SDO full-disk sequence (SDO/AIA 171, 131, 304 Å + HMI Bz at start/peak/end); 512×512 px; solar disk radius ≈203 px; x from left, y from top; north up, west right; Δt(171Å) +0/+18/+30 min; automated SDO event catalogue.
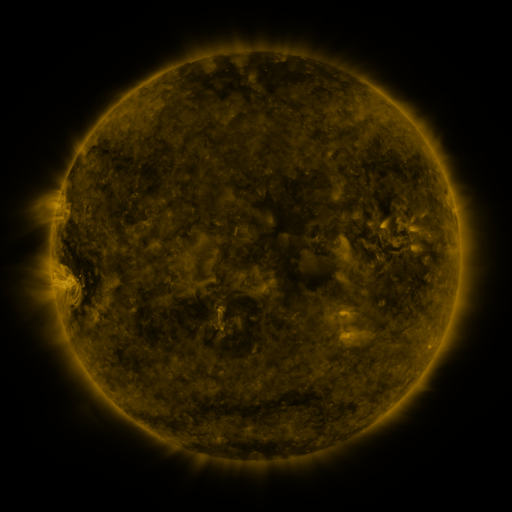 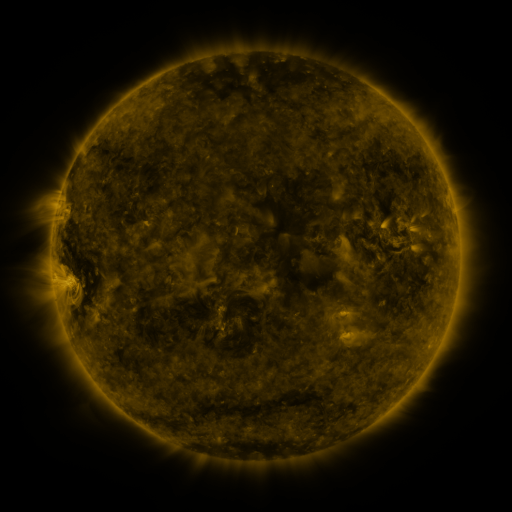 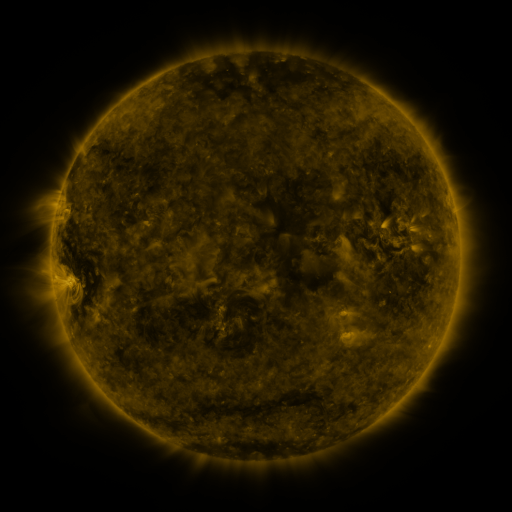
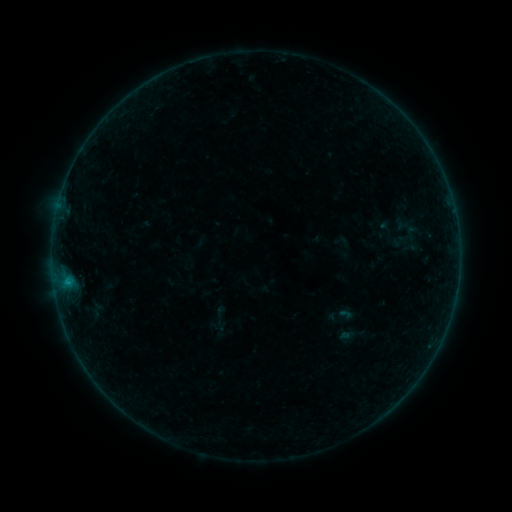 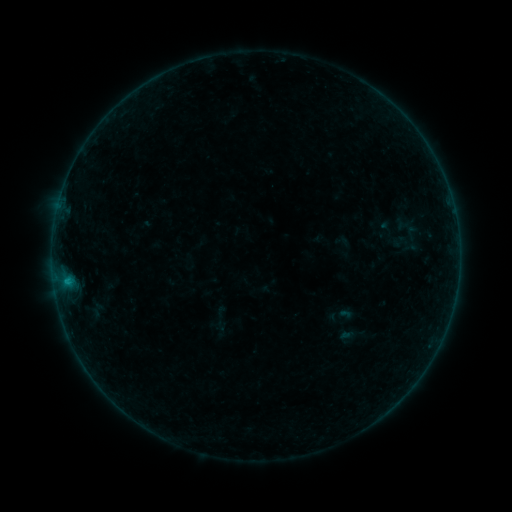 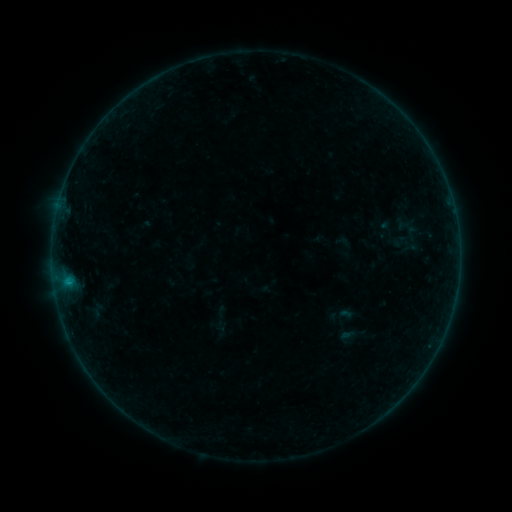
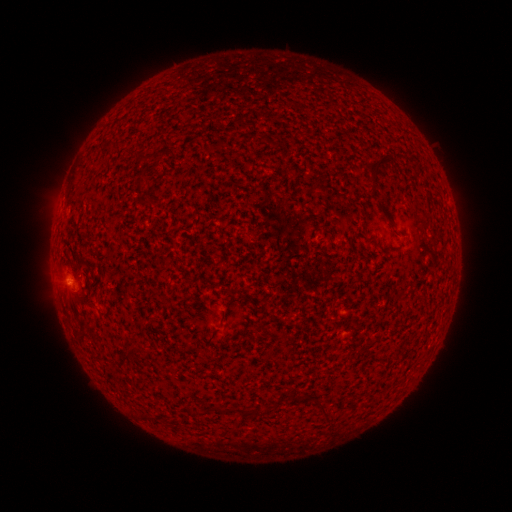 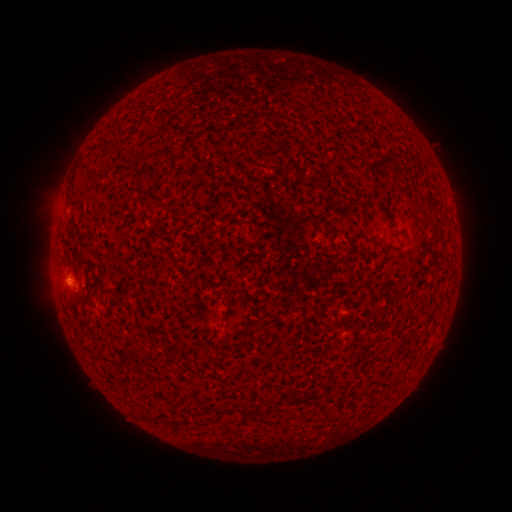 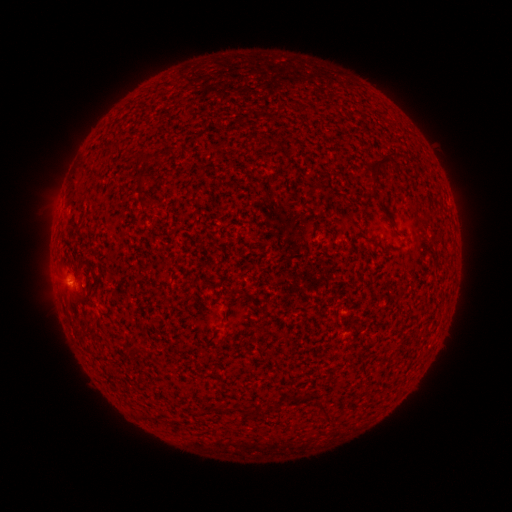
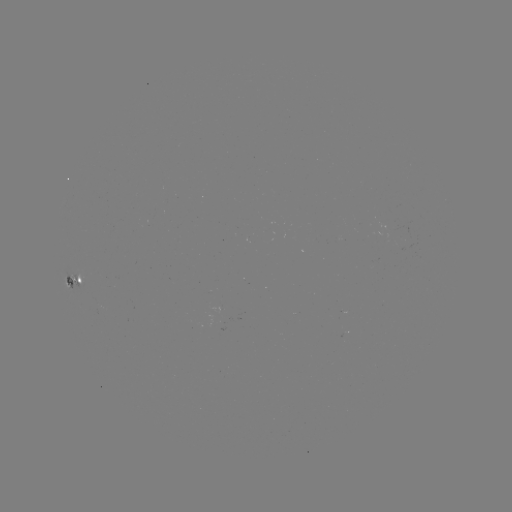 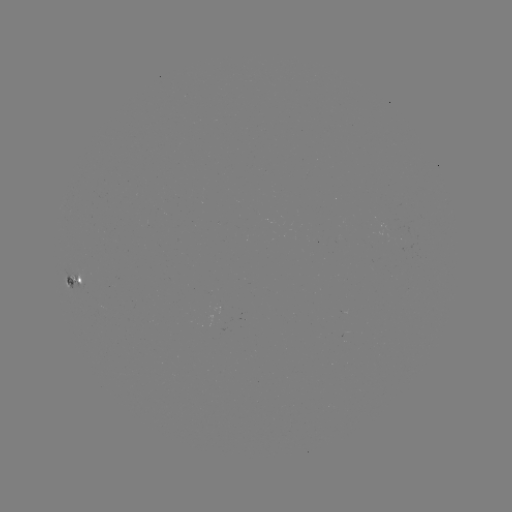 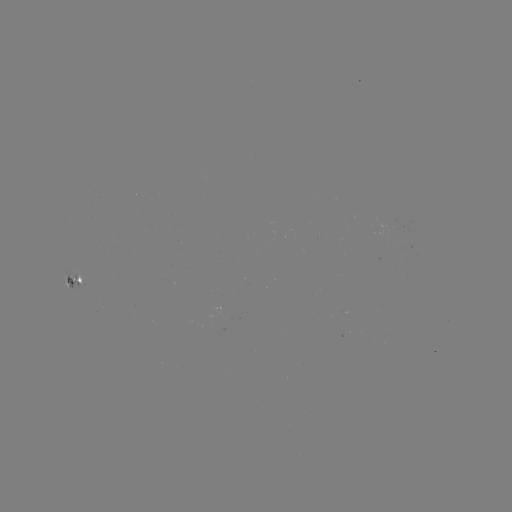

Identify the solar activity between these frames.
B2.6 flare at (66, 278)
